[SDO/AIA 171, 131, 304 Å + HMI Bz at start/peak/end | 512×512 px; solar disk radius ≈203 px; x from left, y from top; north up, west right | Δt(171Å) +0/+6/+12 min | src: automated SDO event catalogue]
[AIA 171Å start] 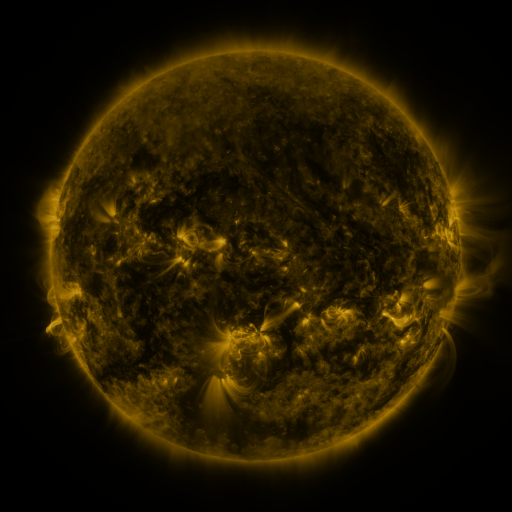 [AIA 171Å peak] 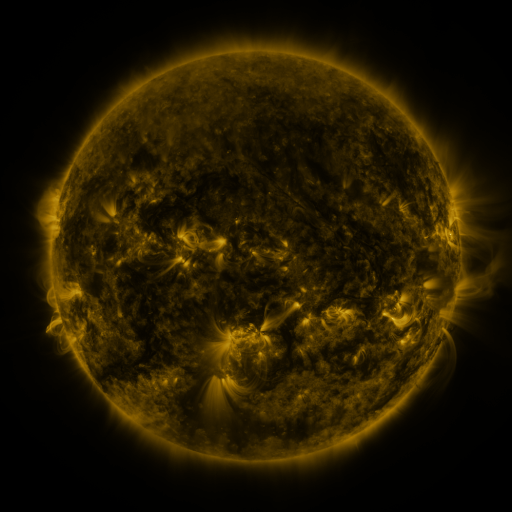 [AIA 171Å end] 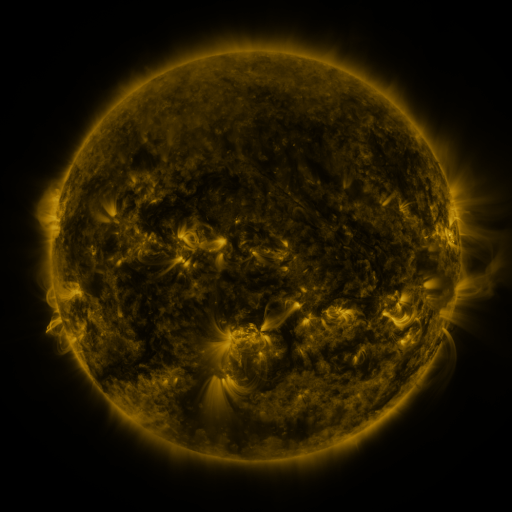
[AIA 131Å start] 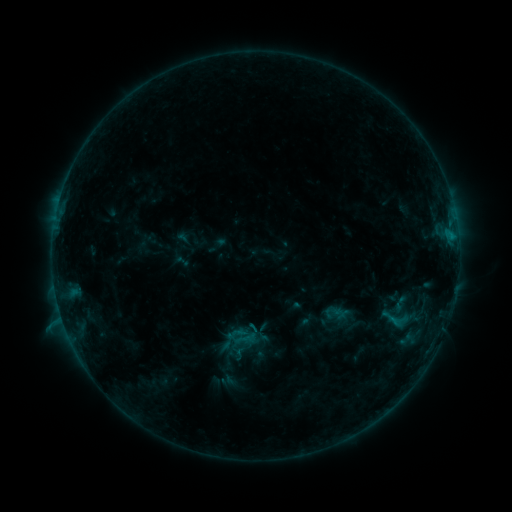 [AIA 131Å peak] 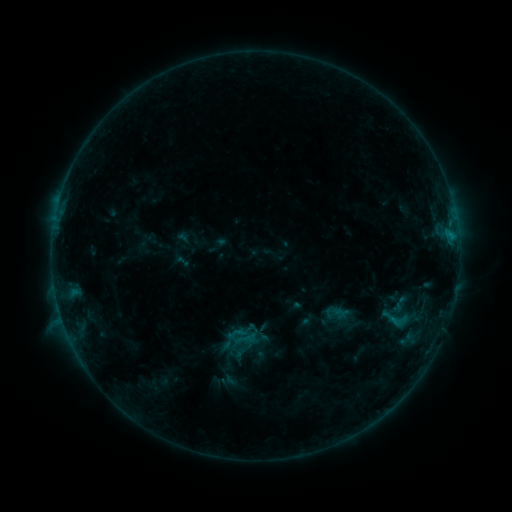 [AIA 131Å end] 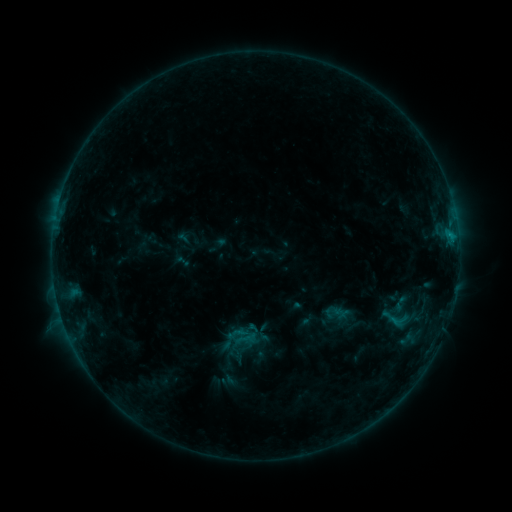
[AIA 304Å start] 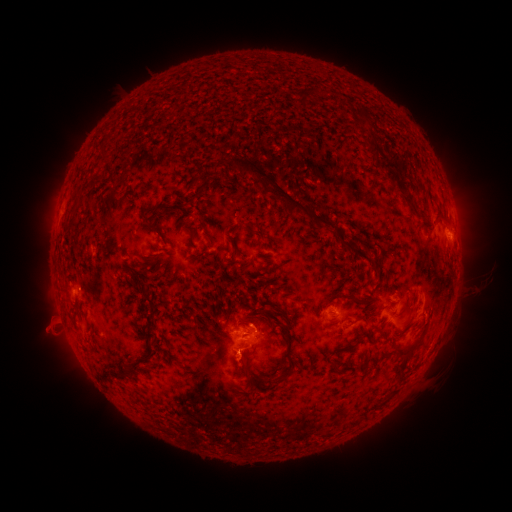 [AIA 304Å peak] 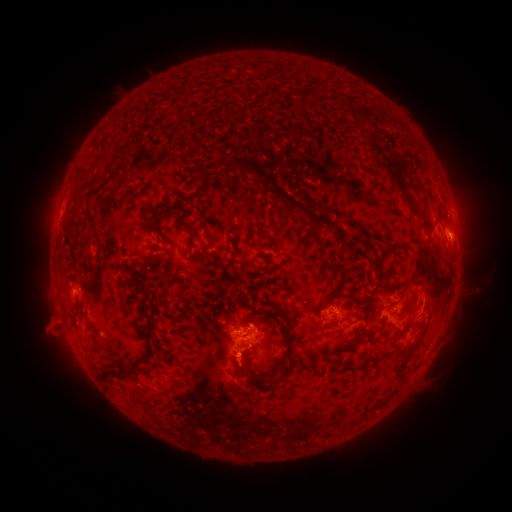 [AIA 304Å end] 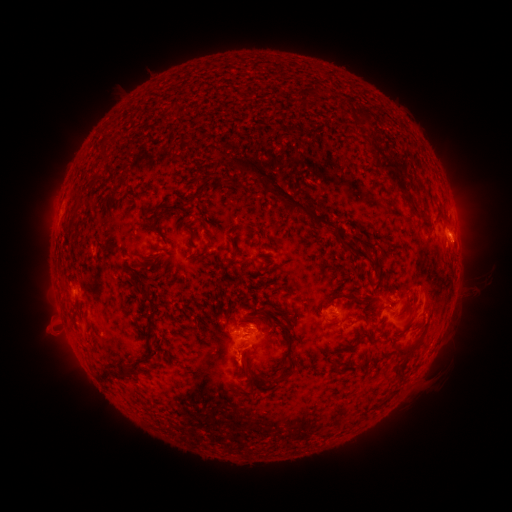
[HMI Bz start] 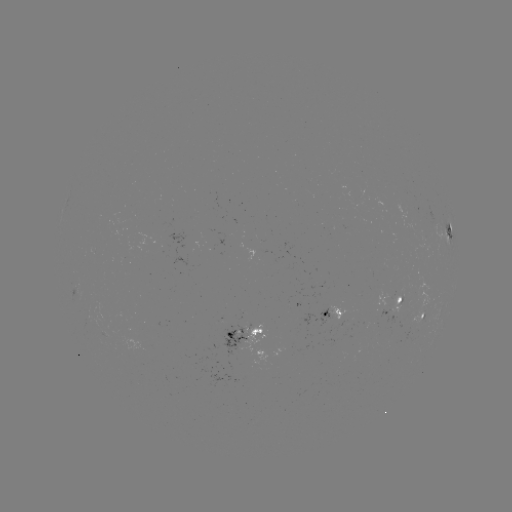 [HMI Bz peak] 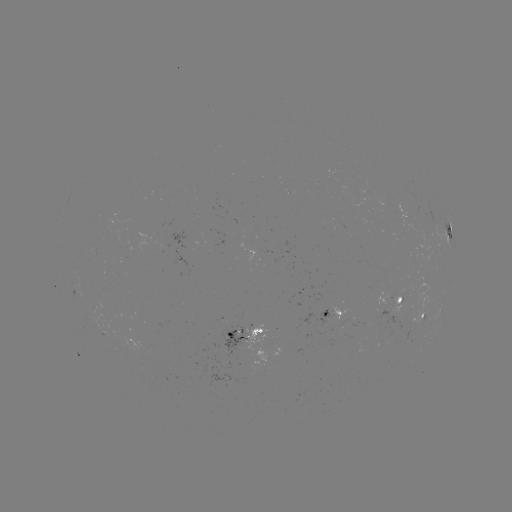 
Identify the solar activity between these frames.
eruption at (240, 363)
